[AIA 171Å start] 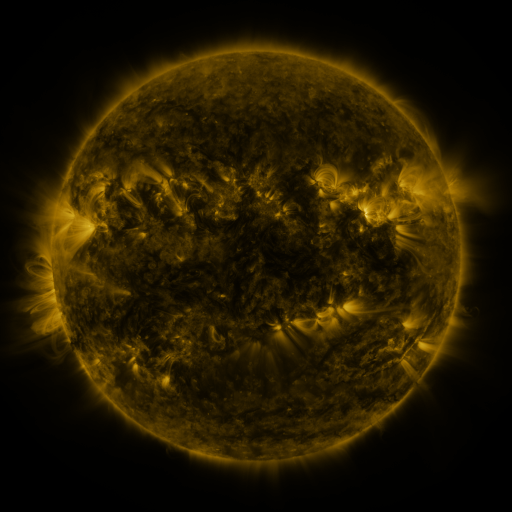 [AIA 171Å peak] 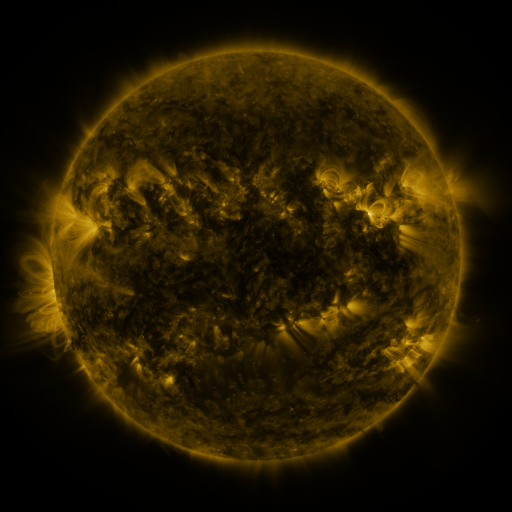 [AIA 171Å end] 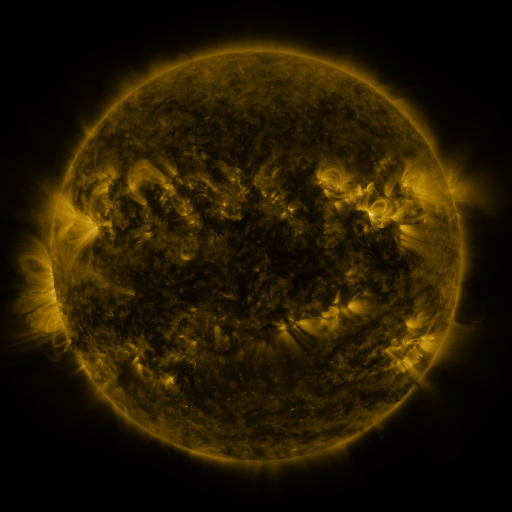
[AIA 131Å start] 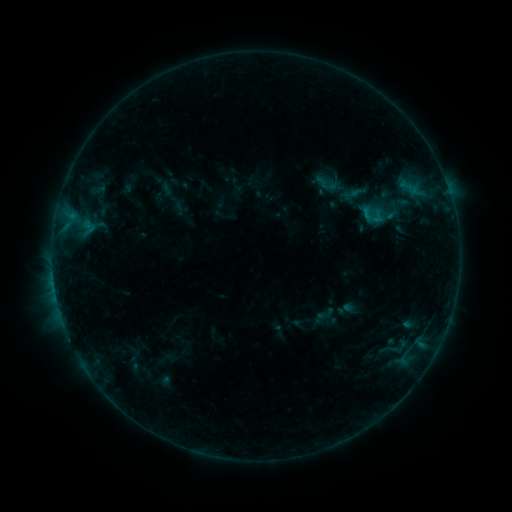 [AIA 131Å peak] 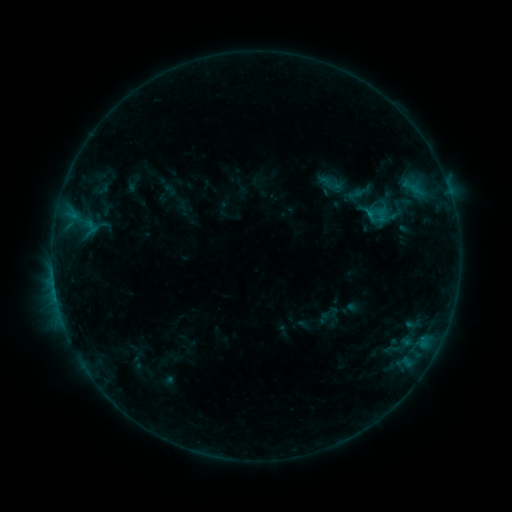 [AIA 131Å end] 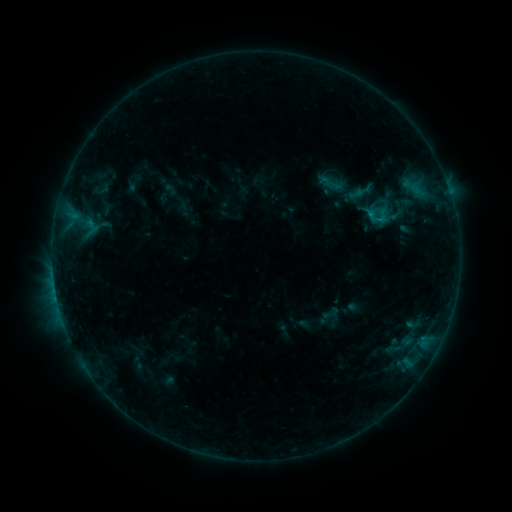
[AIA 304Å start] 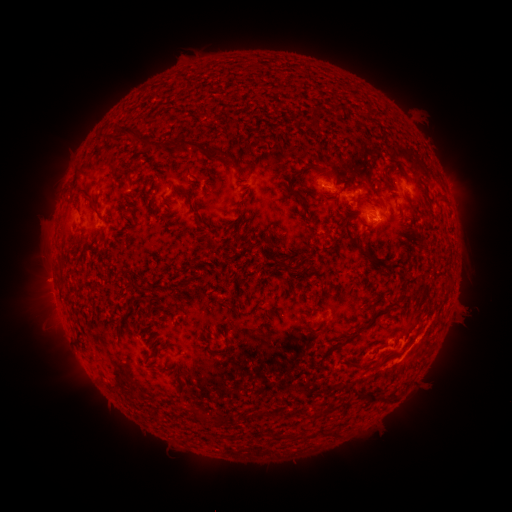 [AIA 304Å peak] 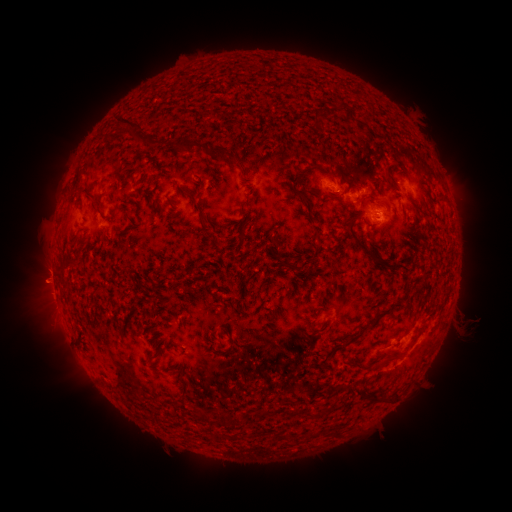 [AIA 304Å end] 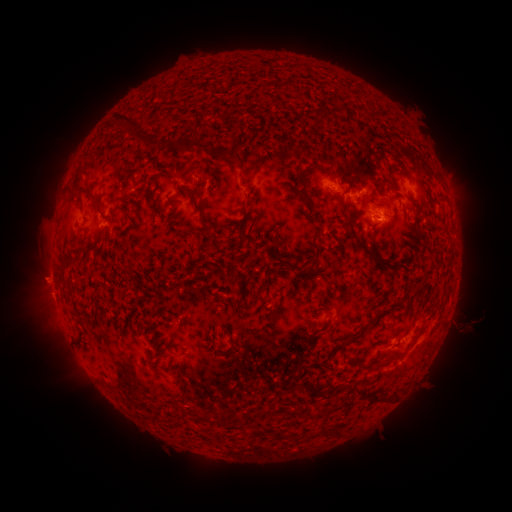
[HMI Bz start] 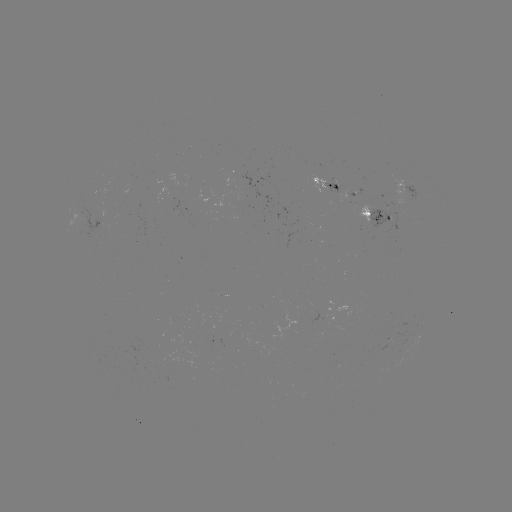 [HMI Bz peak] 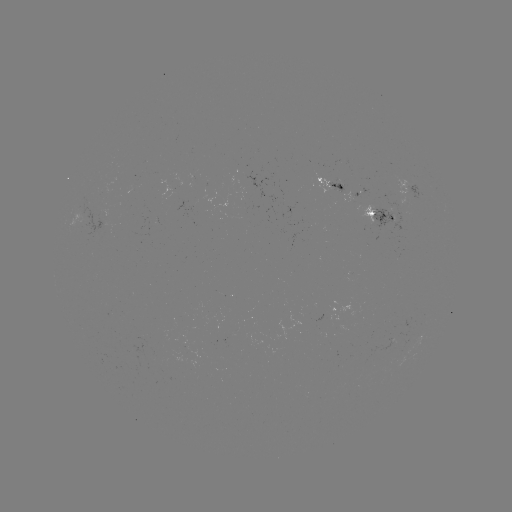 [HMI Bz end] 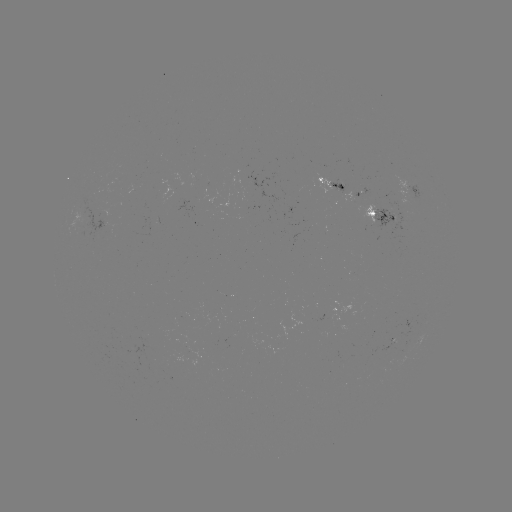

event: emerging-flux region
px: (90, 221)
